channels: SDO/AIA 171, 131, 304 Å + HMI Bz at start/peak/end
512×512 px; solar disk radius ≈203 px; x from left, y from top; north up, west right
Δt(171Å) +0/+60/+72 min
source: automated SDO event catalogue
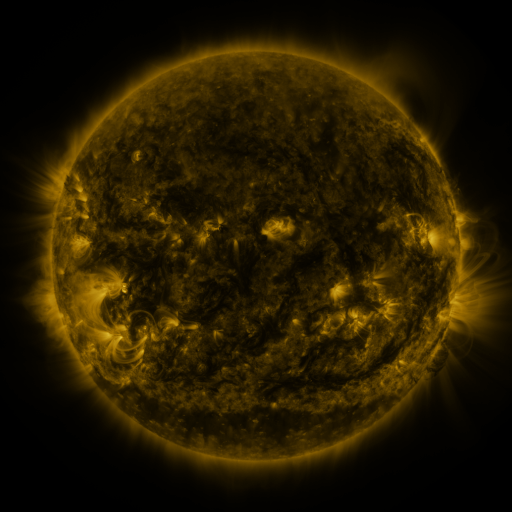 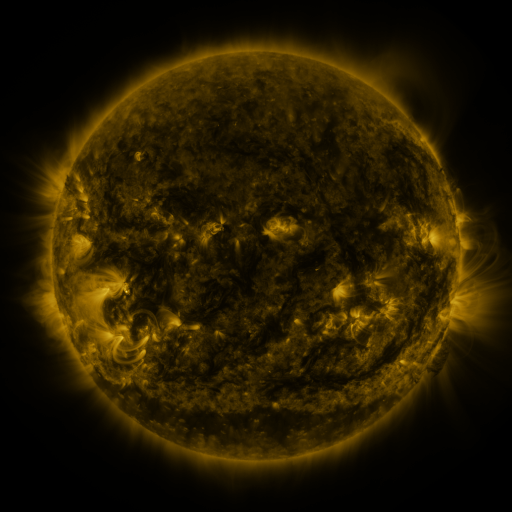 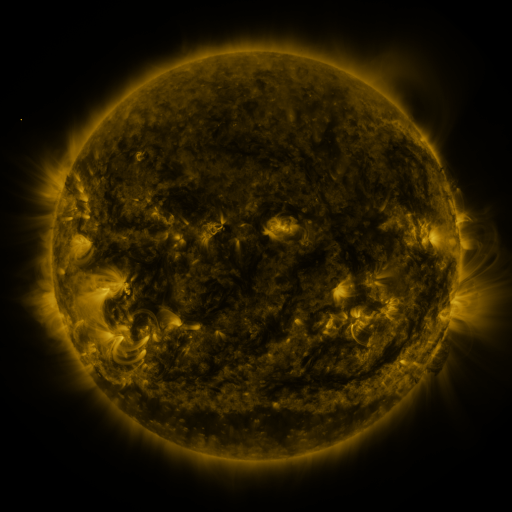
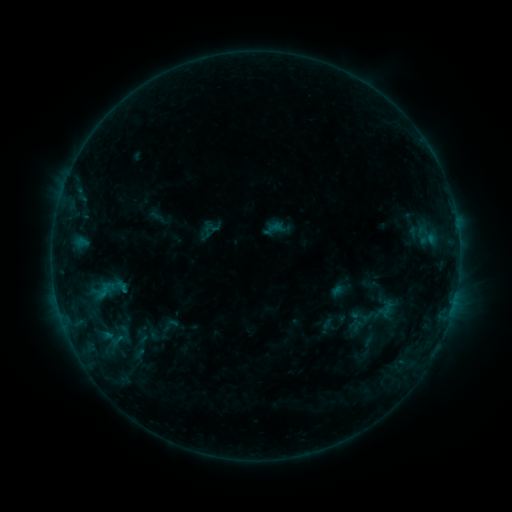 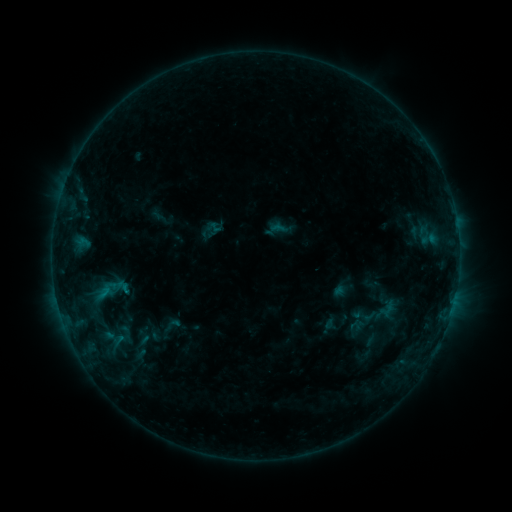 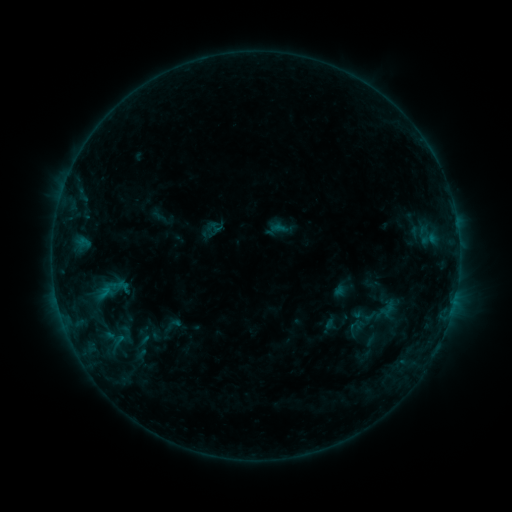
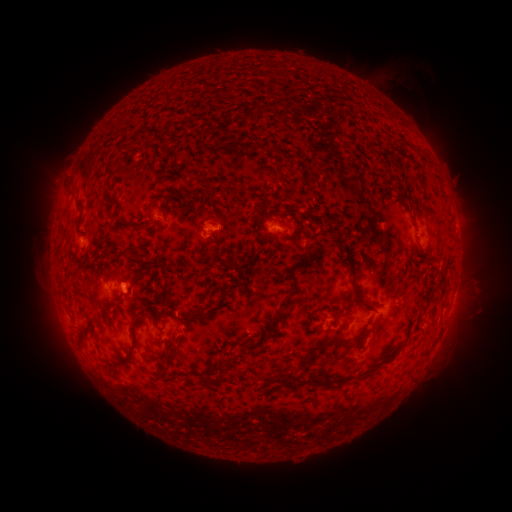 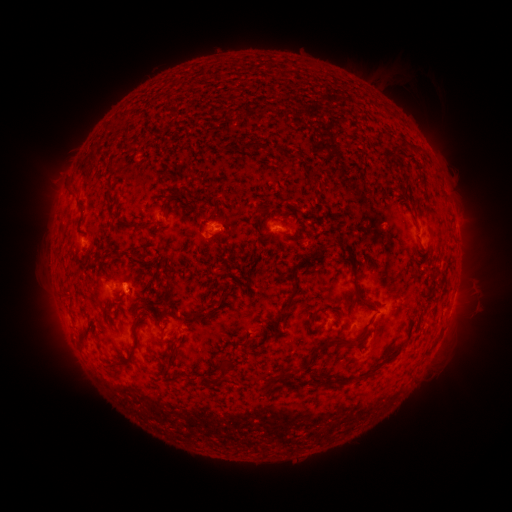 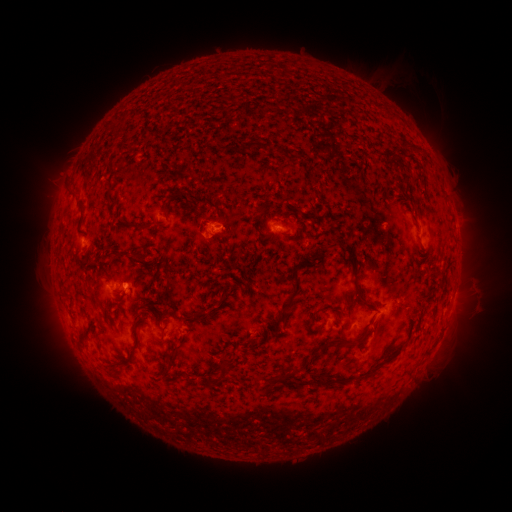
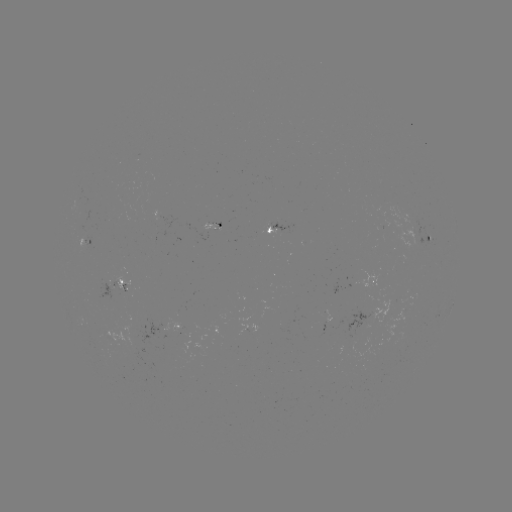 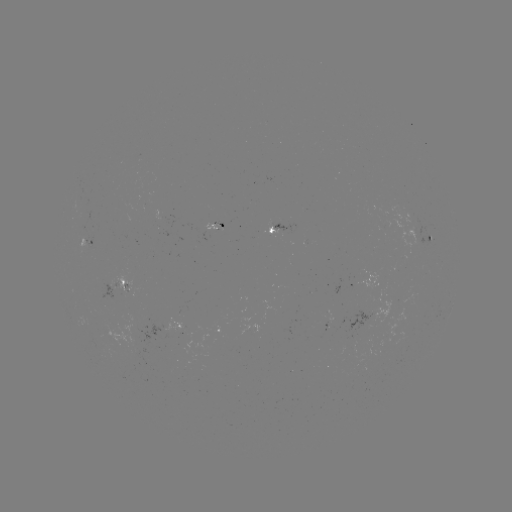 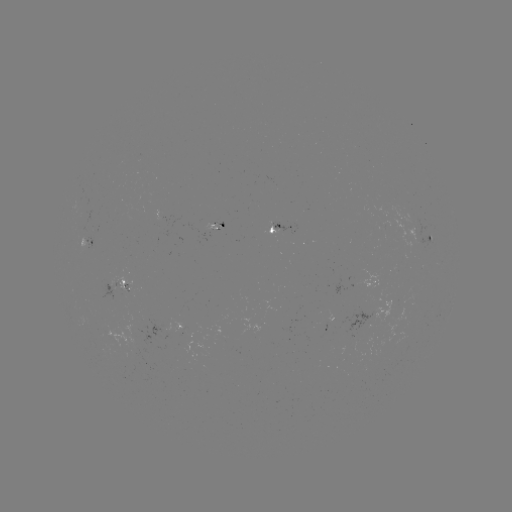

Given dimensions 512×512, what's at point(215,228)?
emerging-flux region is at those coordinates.